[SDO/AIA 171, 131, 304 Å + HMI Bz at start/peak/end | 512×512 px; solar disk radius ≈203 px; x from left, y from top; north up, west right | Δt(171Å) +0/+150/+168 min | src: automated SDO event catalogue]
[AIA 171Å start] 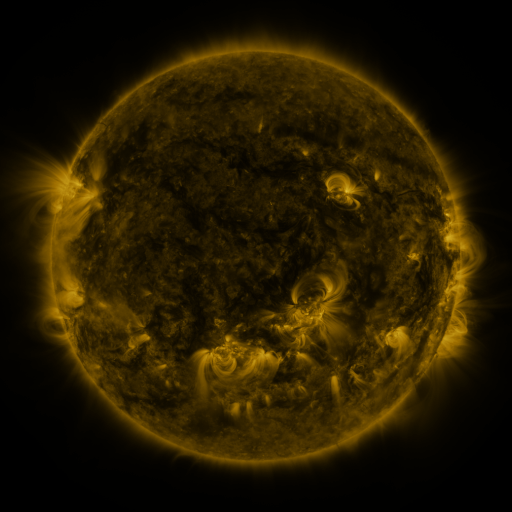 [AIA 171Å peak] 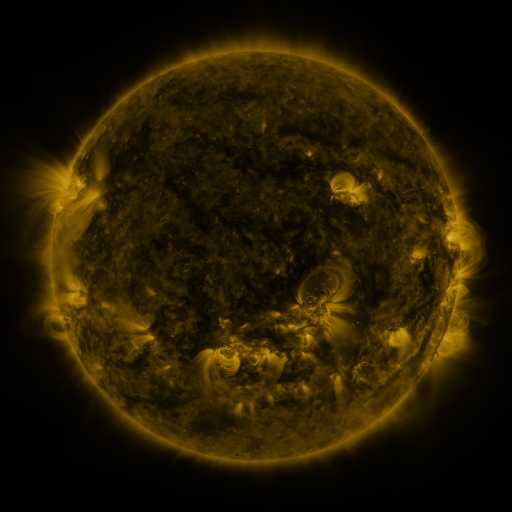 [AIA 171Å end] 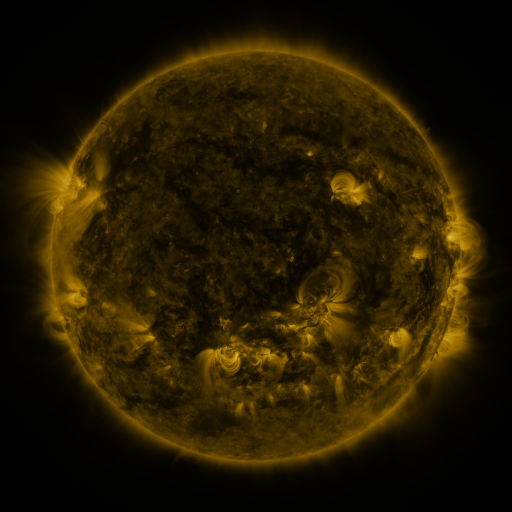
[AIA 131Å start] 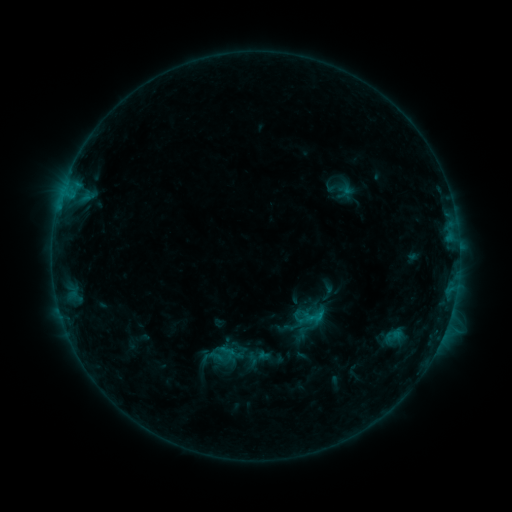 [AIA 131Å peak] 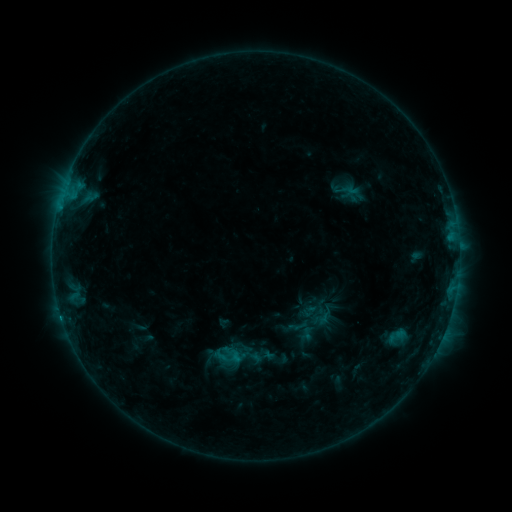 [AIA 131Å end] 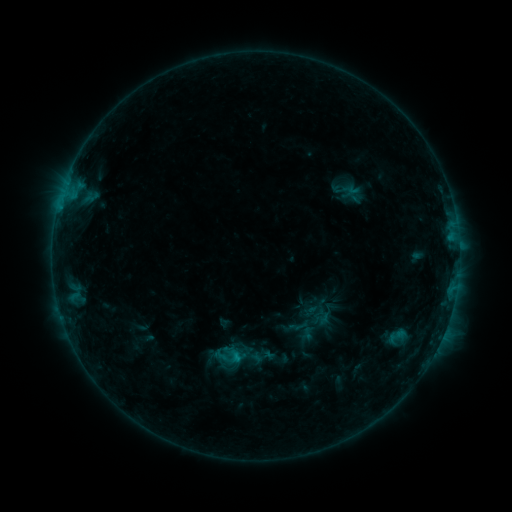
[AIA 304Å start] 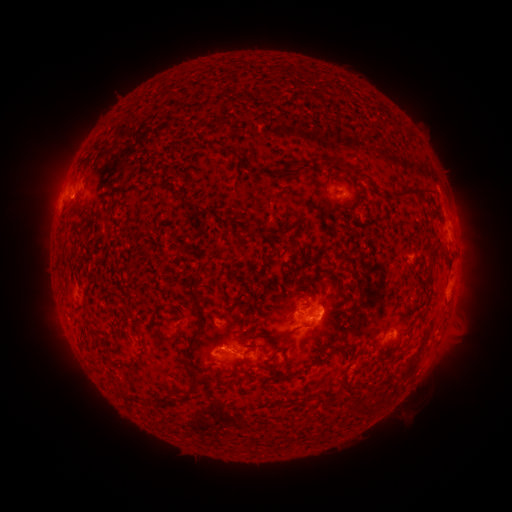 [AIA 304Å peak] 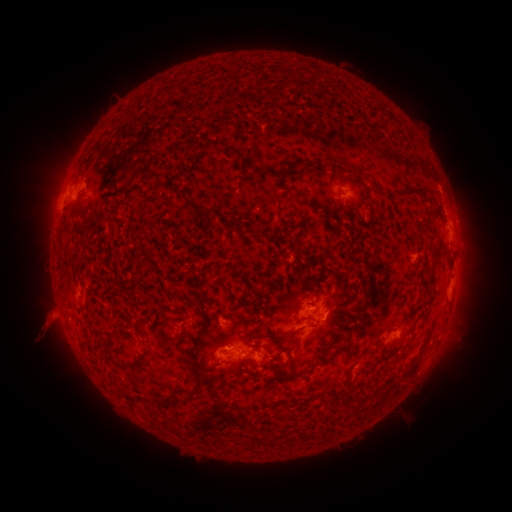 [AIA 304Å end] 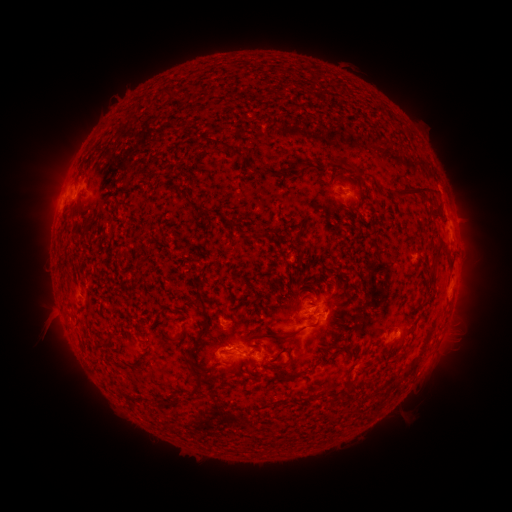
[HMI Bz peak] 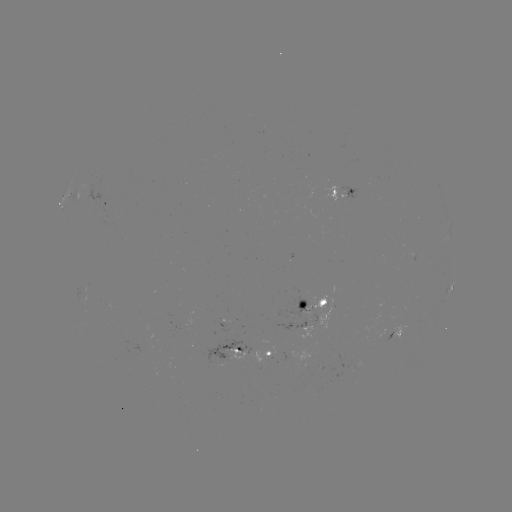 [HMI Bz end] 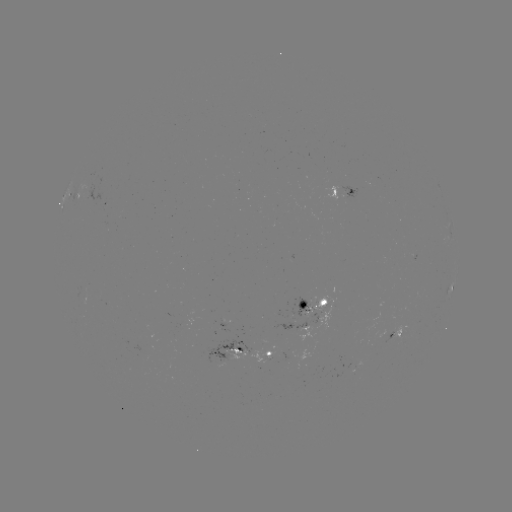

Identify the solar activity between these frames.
emerging-flux region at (225, 322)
